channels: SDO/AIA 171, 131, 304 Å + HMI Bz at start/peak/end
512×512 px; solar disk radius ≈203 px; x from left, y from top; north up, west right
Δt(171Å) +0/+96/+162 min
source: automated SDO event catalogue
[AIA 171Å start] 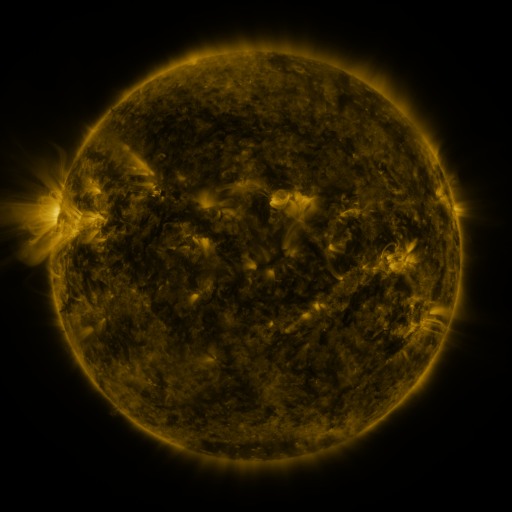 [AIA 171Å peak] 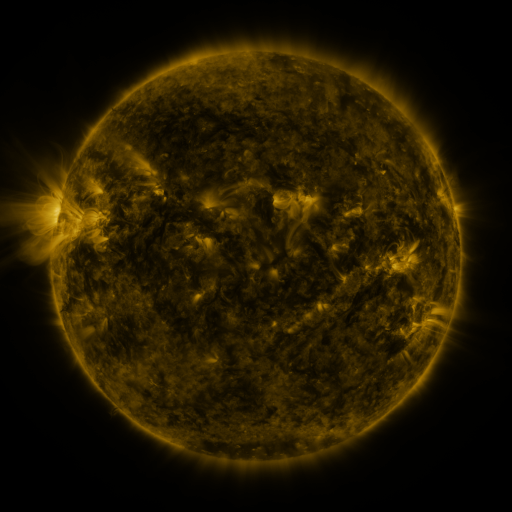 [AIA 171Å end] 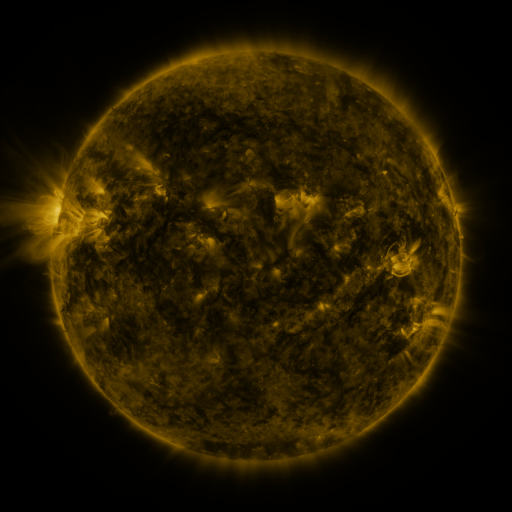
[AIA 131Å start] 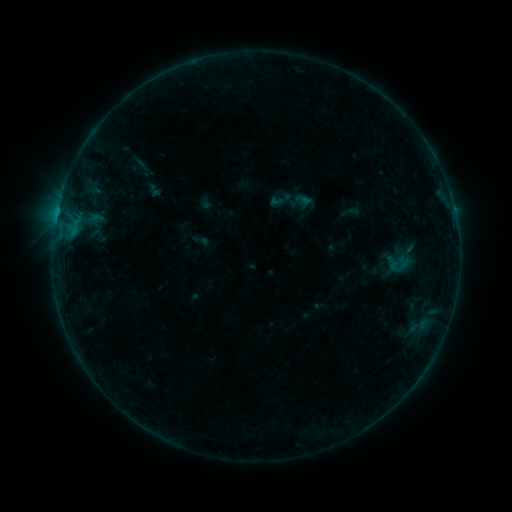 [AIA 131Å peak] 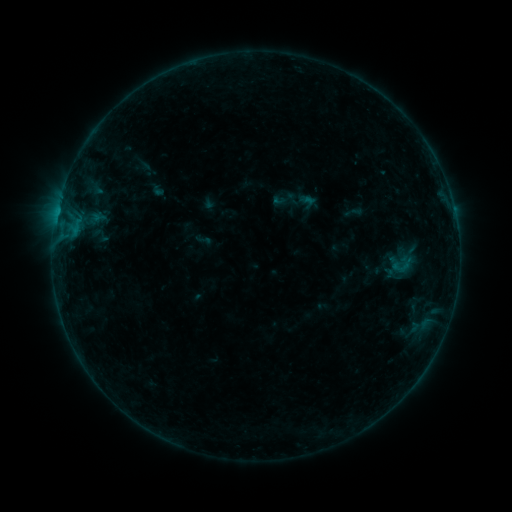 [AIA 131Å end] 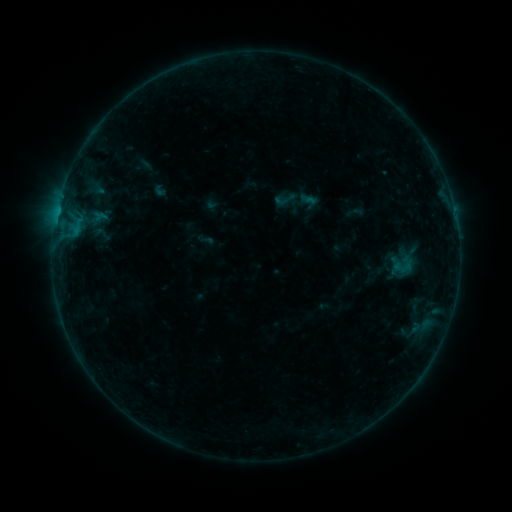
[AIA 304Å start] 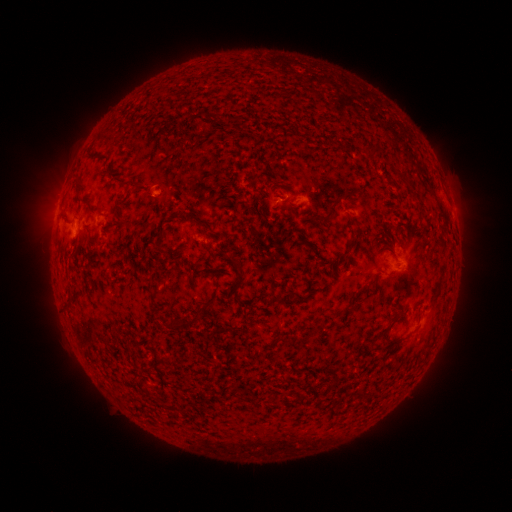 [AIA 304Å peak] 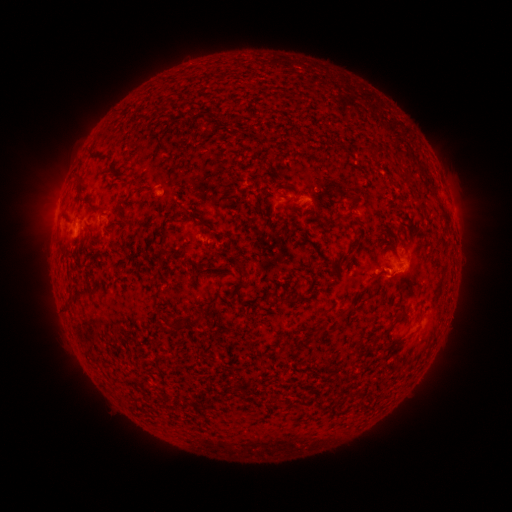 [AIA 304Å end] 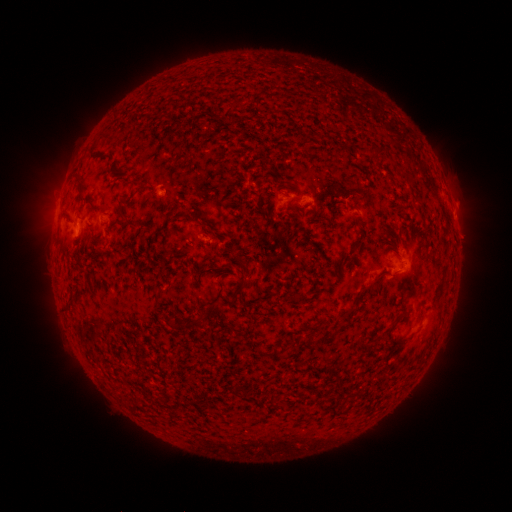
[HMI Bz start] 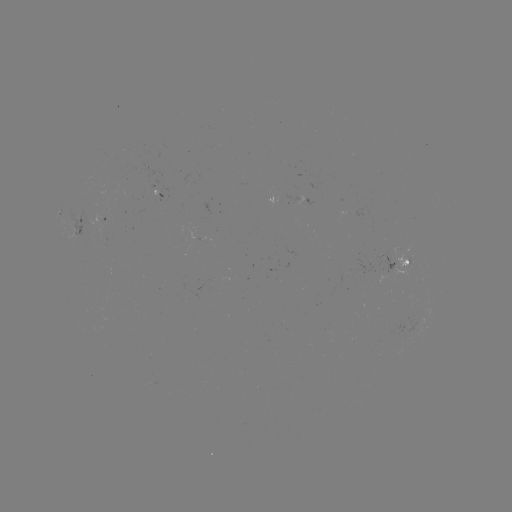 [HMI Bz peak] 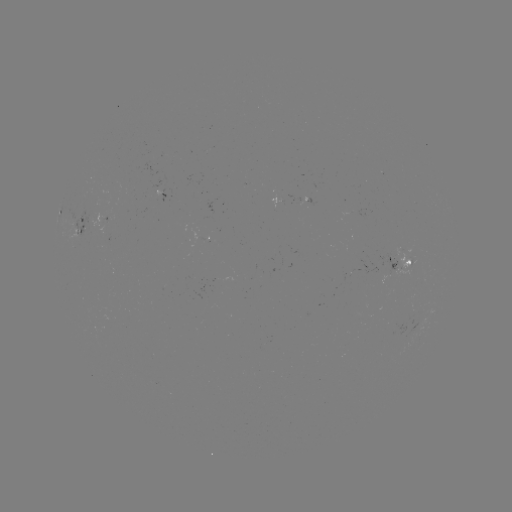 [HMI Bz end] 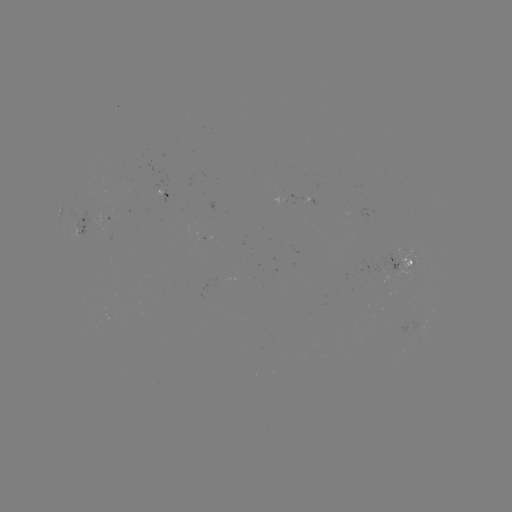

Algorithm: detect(emerging-flux region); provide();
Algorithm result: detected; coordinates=411,311